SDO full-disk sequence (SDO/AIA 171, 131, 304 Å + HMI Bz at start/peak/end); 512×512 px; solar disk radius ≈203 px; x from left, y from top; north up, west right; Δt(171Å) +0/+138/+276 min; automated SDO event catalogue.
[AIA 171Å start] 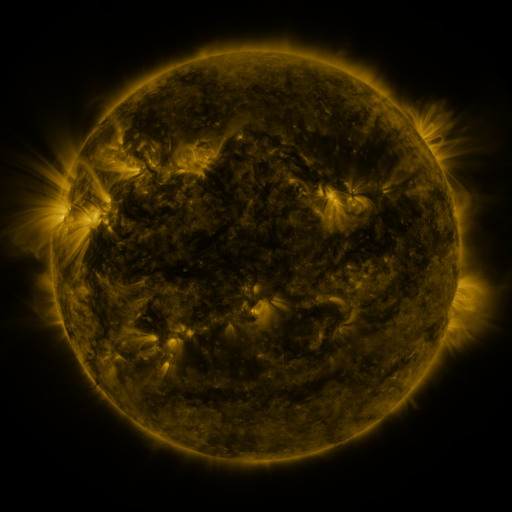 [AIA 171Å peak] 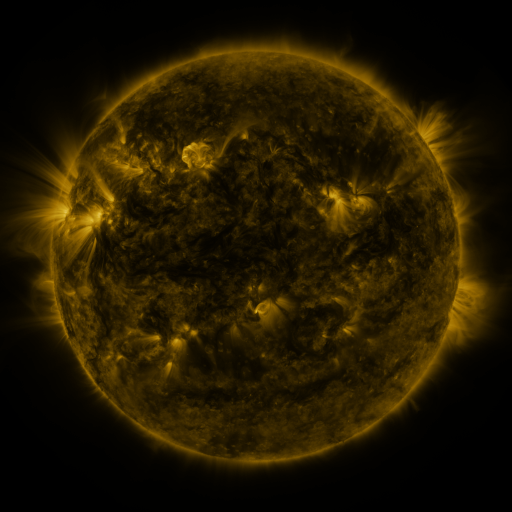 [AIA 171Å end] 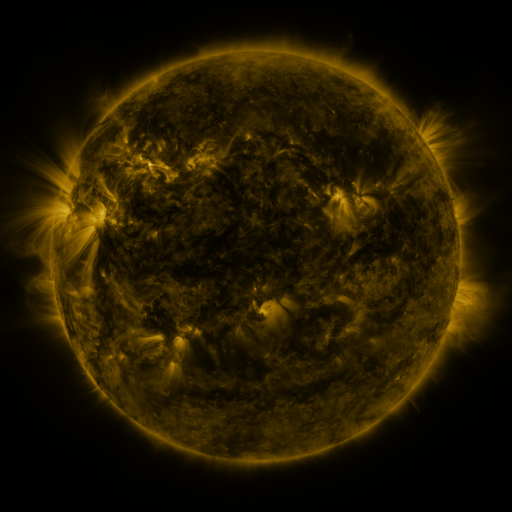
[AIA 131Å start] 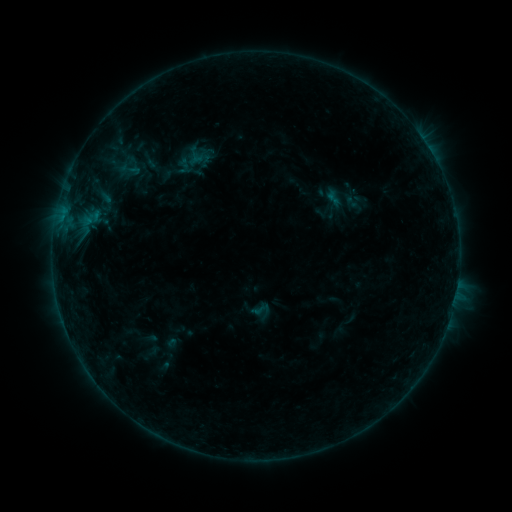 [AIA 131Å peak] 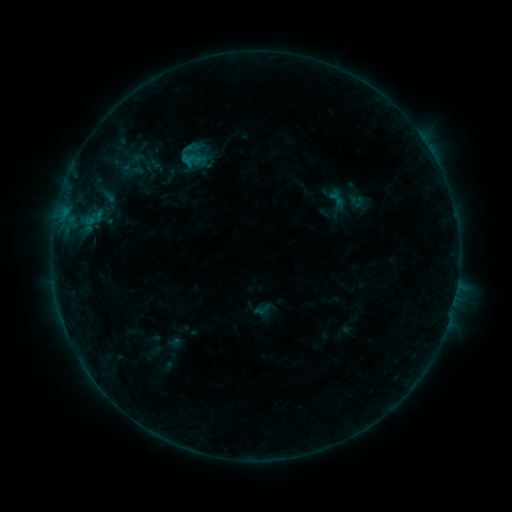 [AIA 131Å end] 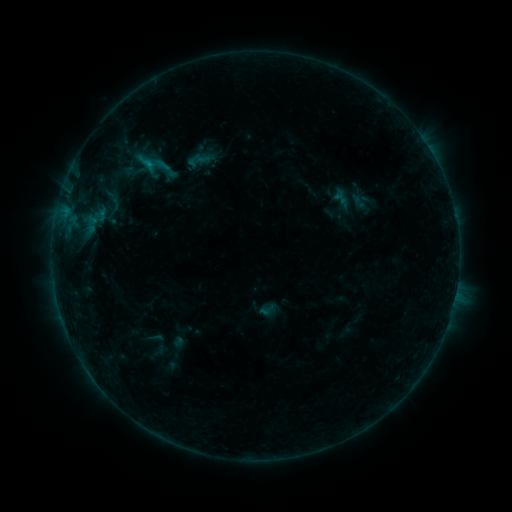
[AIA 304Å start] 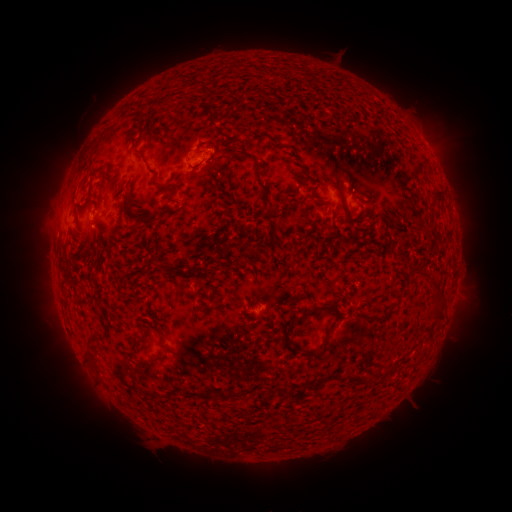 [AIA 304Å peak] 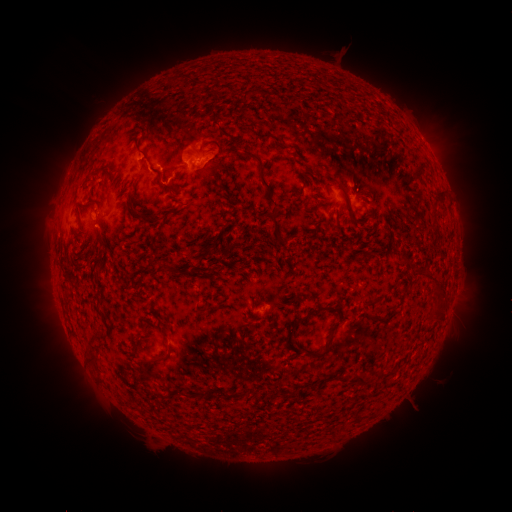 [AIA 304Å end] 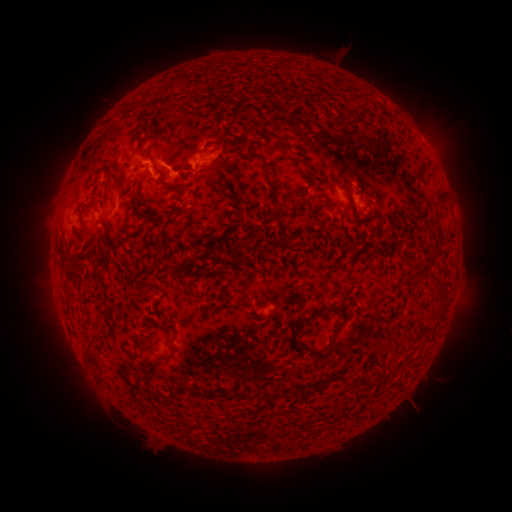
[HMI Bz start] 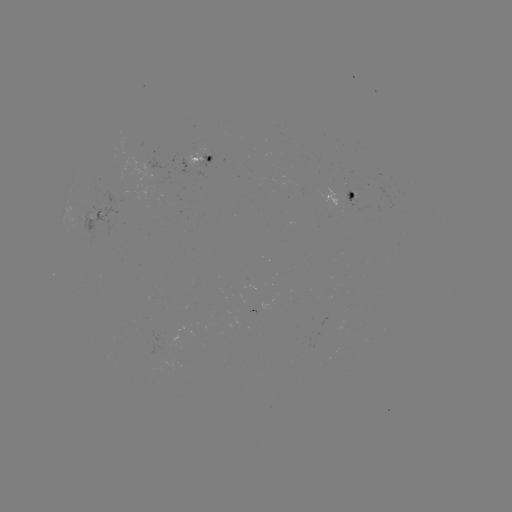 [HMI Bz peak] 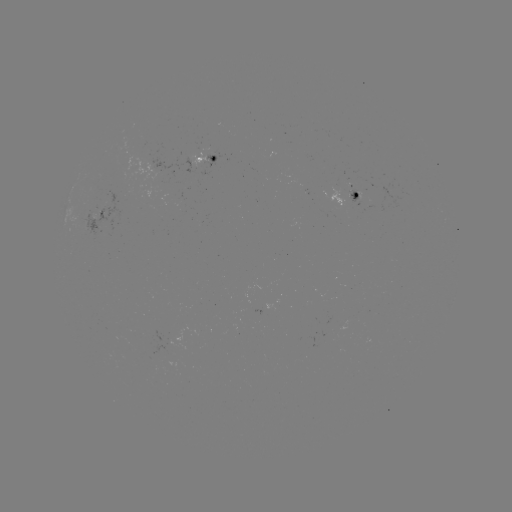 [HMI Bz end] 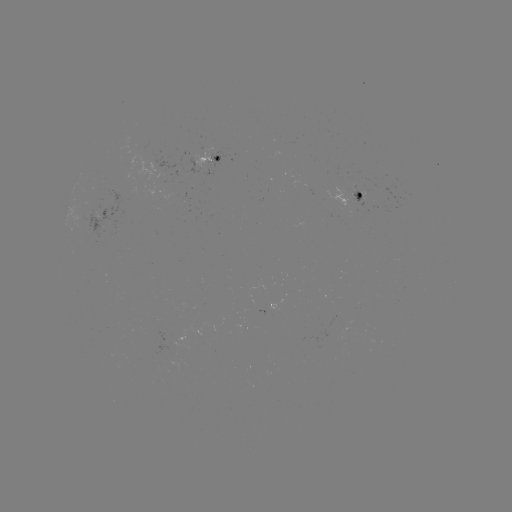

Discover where filament eruption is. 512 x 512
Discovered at [145, 154].